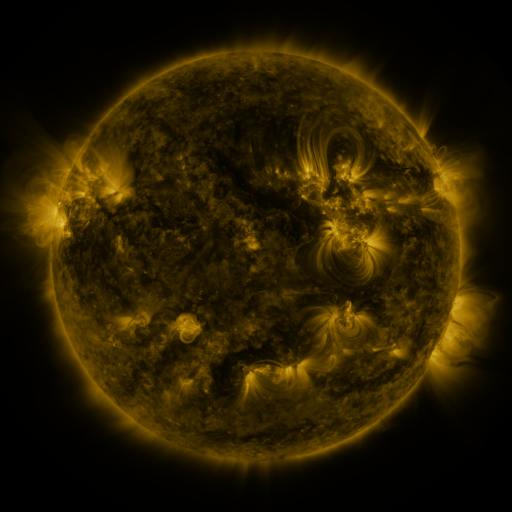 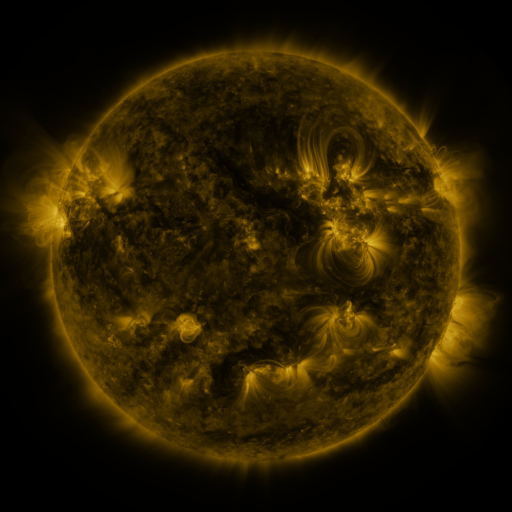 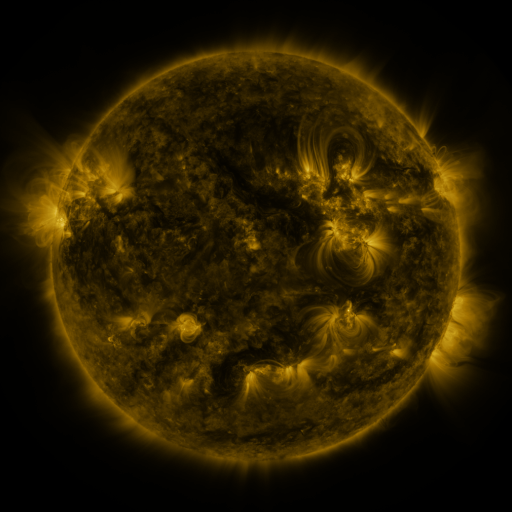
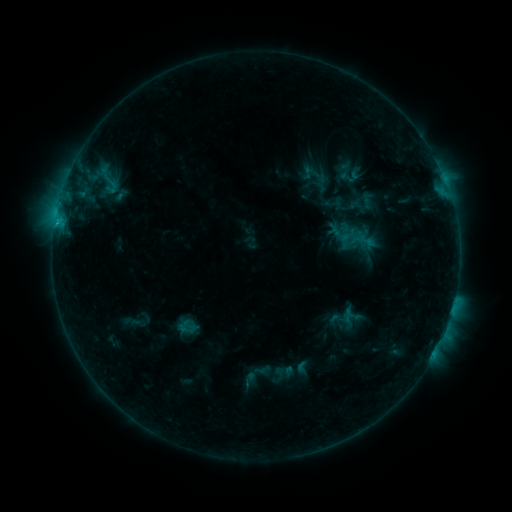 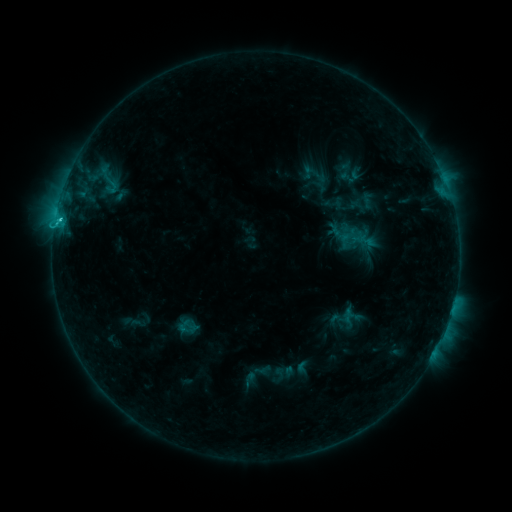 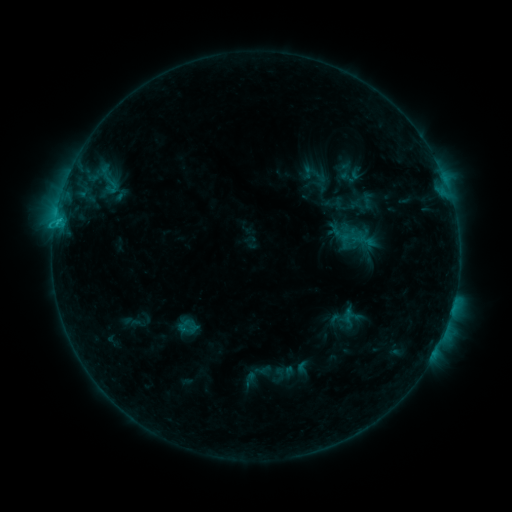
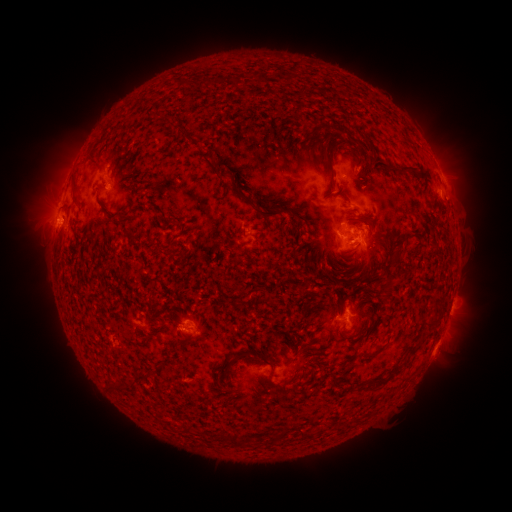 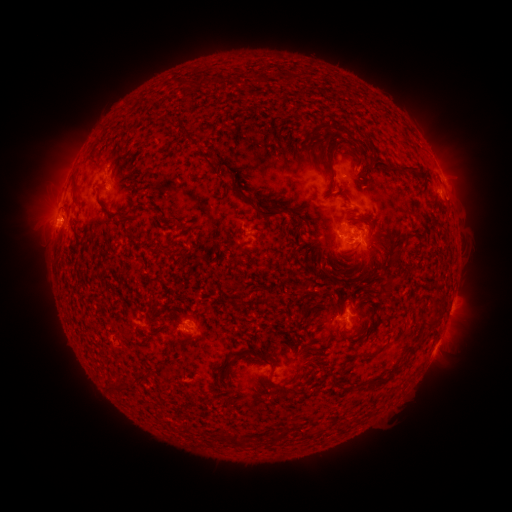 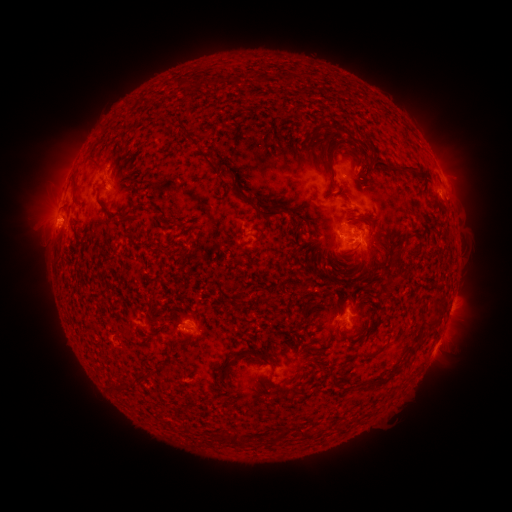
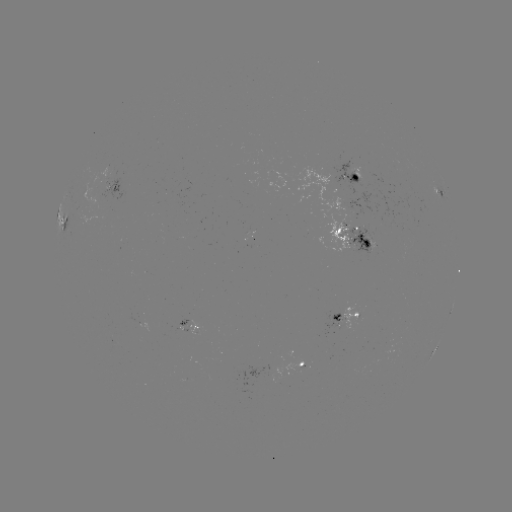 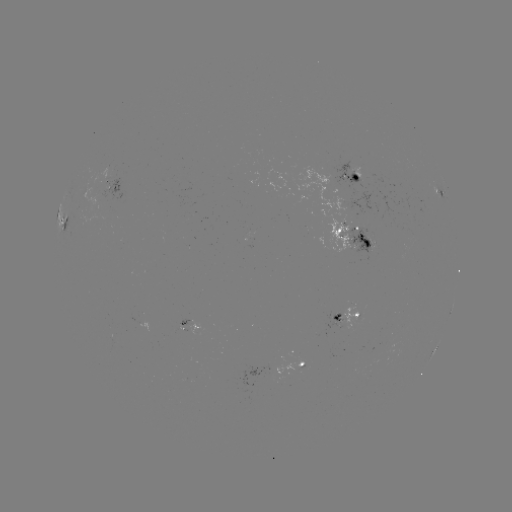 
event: flare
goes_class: C2.0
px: (60, 221)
